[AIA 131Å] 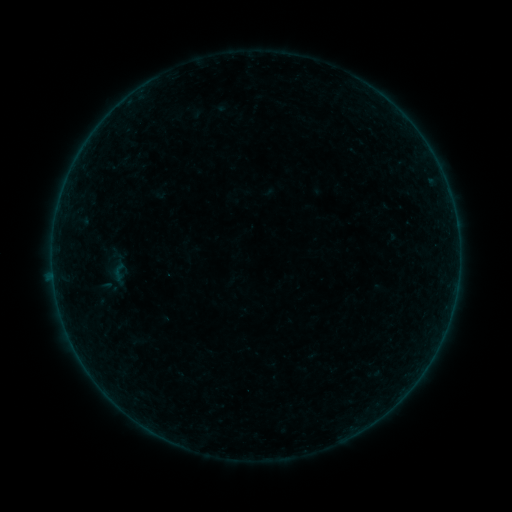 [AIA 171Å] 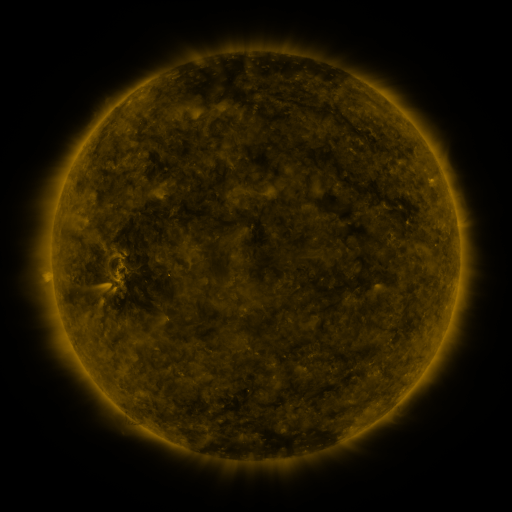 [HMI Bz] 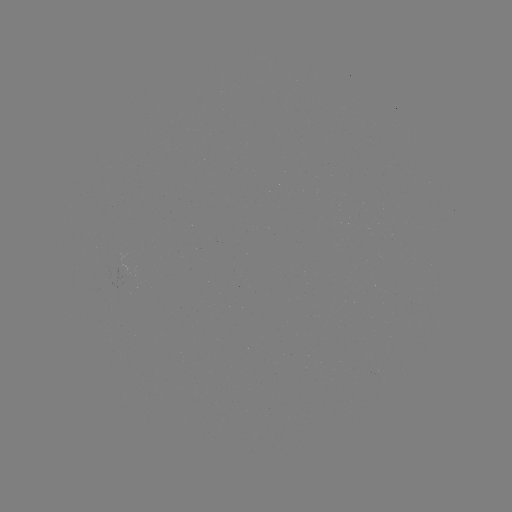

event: sigmoid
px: (118, 272)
